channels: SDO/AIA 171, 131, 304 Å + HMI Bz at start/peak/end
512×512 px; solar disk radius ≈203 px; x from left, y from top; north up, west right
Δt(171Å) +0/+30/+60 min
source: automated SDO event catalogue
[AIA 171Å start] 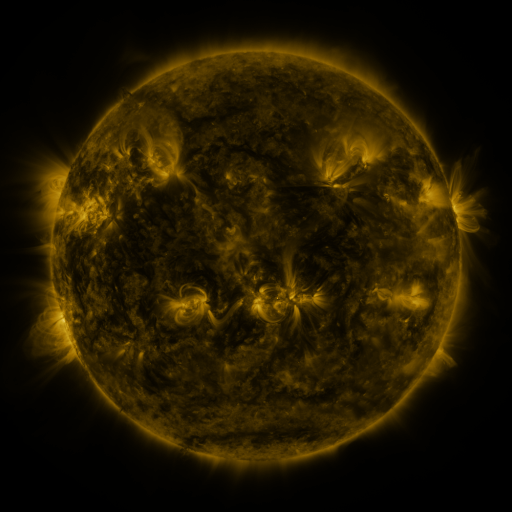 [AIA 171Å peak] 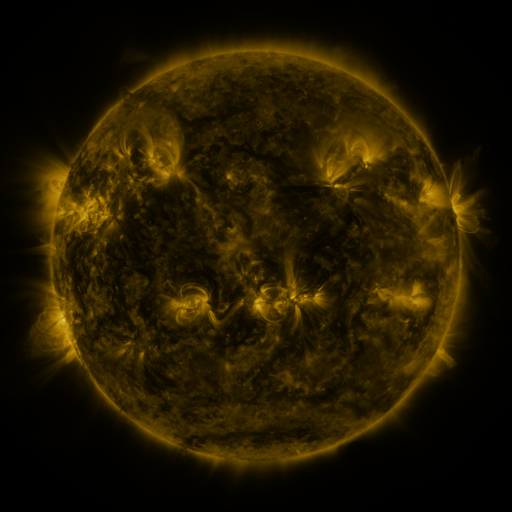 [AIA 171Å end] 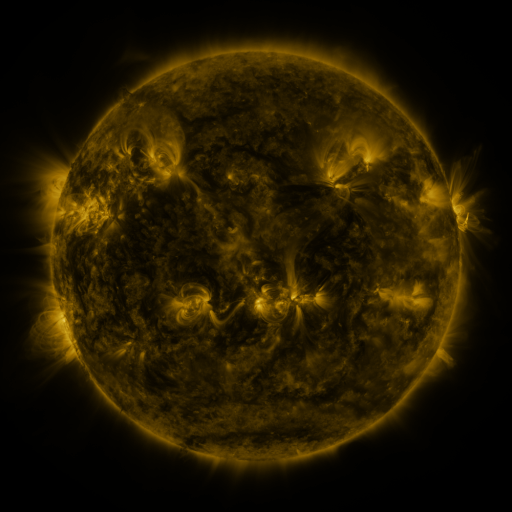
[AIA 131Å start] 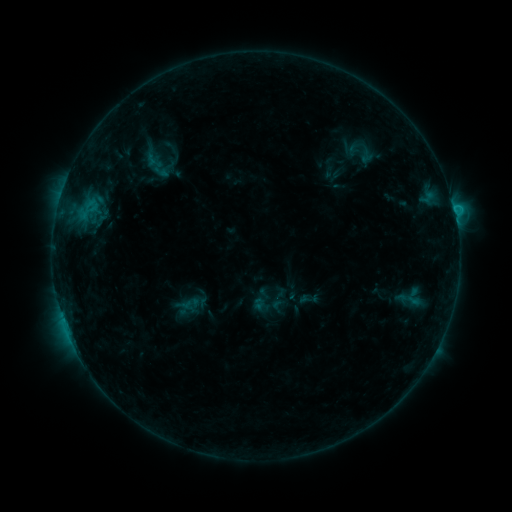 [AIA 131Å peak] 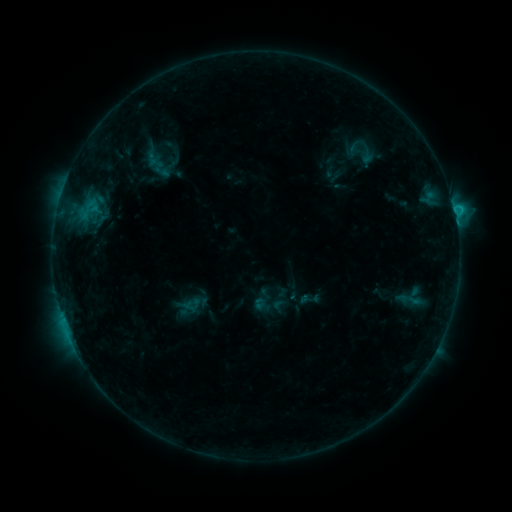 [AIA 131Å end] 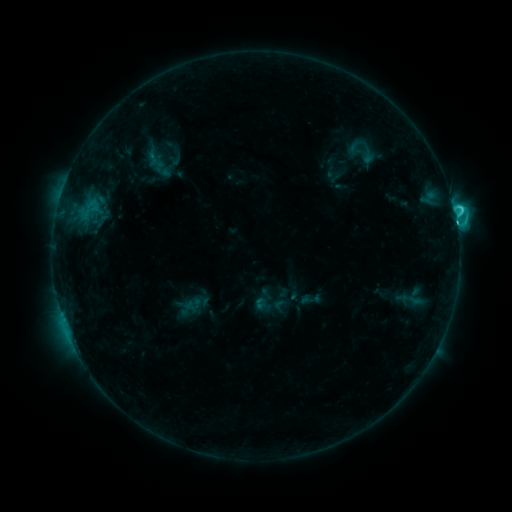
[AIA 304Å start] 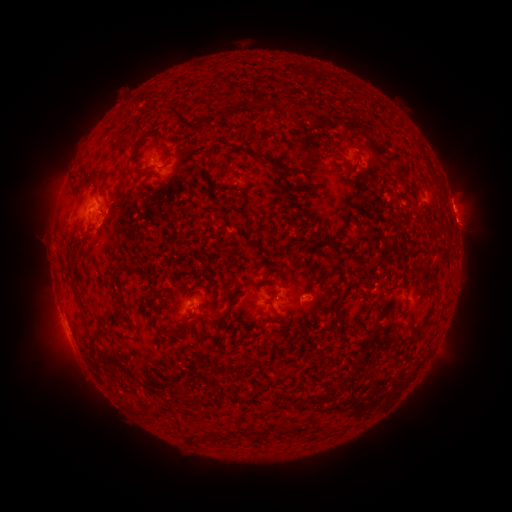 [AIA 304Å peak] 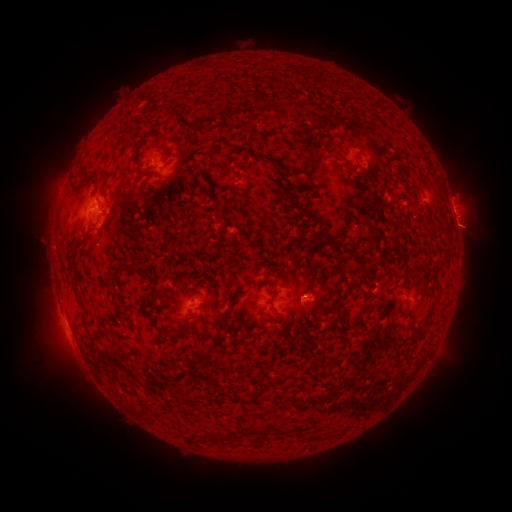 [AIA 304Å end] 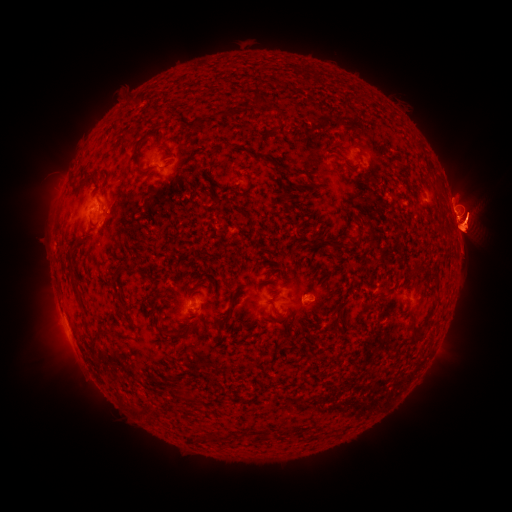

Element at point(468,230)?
eruption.